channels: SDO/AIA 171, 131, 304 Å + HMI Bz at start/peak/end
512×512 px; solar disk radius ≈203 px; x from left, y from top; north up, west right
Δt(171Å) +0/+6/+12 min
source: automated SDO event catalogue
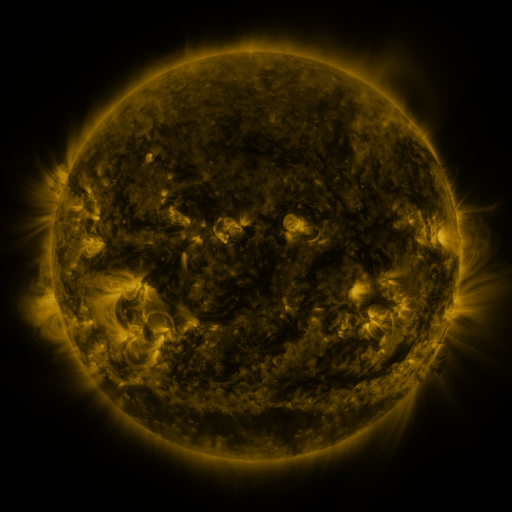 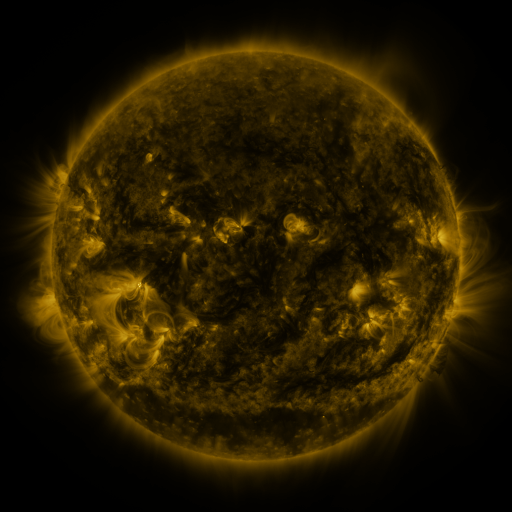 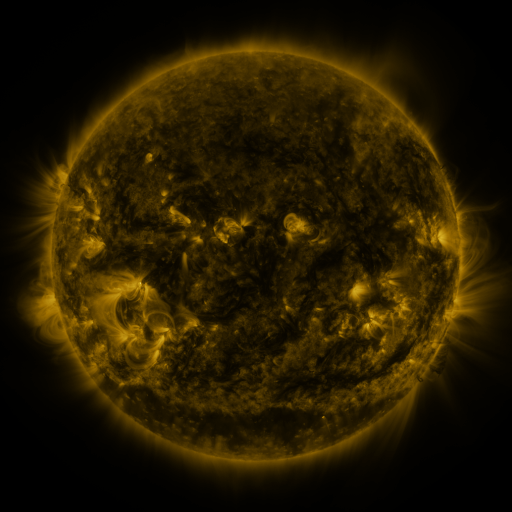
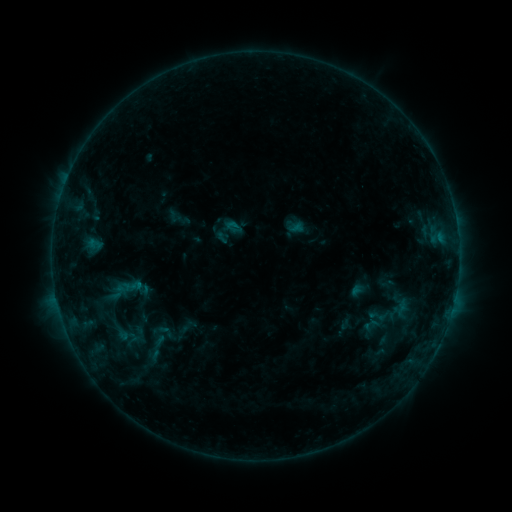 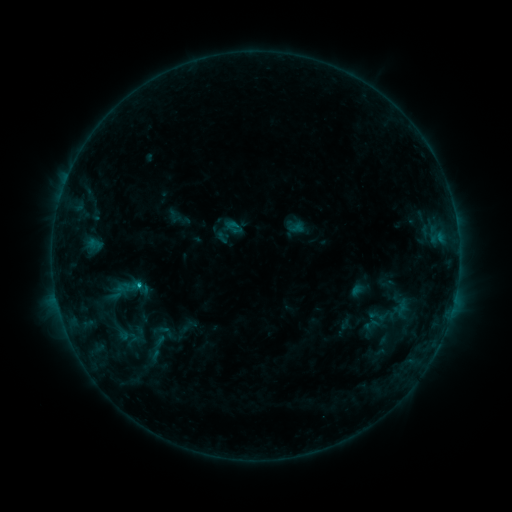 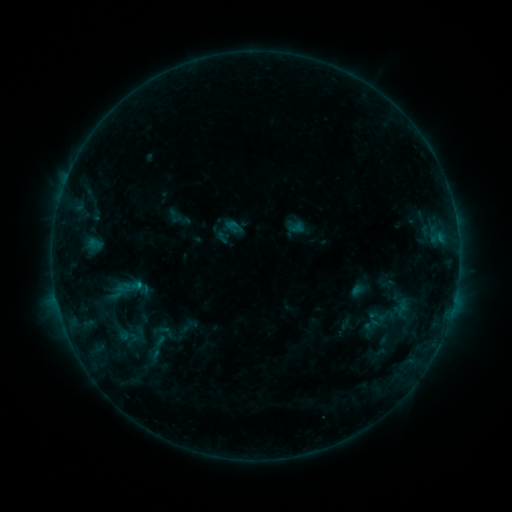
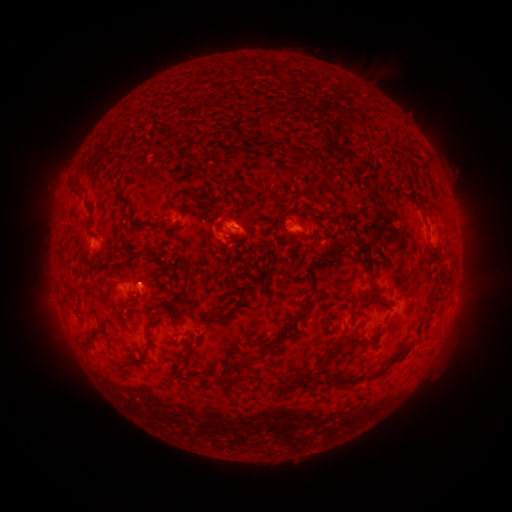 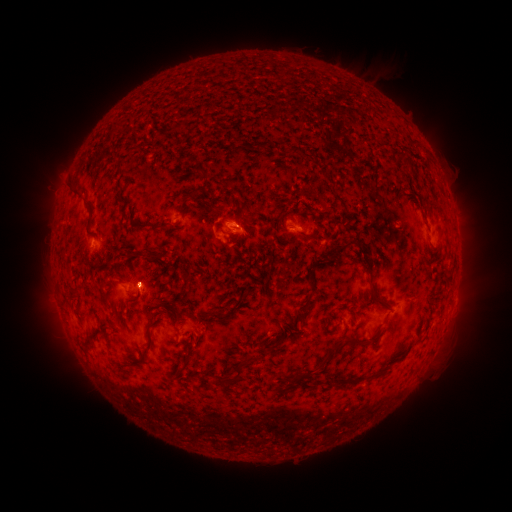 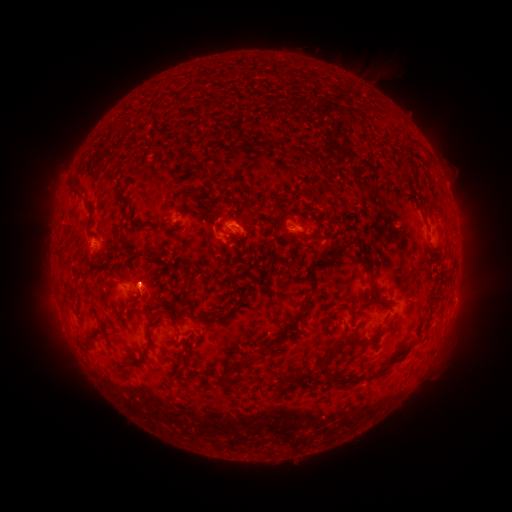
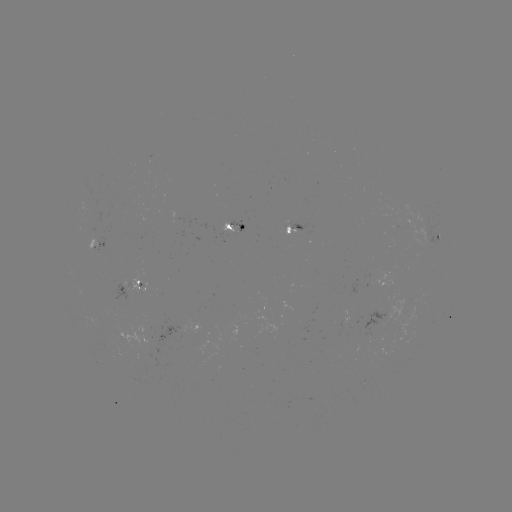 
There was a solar flare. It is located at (139, 282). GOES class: B8.4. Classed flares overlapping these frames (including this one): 1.